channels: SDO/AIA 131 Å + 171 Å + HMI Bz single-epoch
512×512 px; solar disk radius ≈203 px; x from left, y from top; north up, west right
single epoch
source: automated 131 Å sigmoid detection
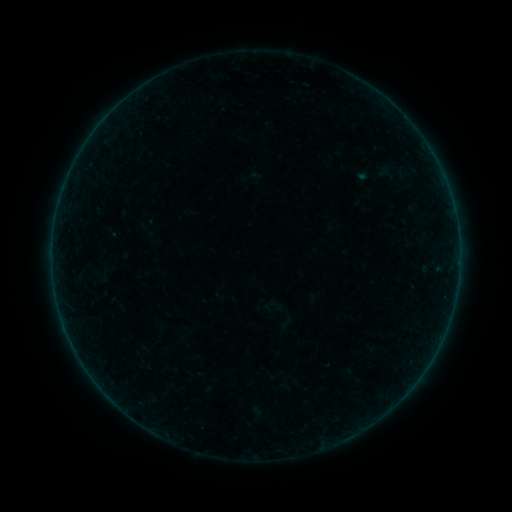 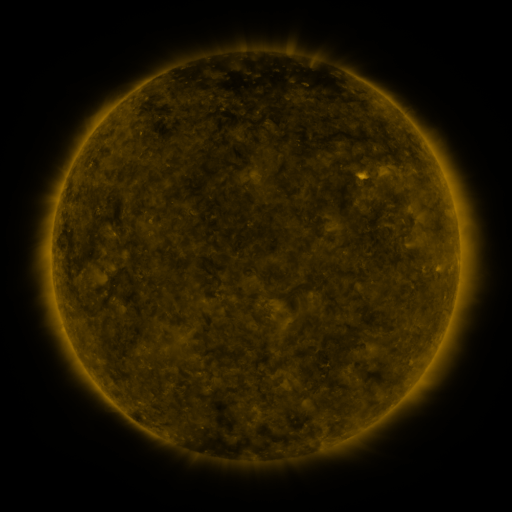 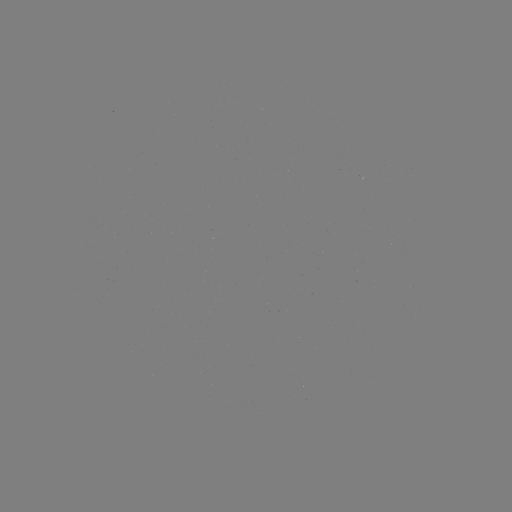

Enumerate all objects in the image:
sigmoid: [370, 163, 404, 184]
